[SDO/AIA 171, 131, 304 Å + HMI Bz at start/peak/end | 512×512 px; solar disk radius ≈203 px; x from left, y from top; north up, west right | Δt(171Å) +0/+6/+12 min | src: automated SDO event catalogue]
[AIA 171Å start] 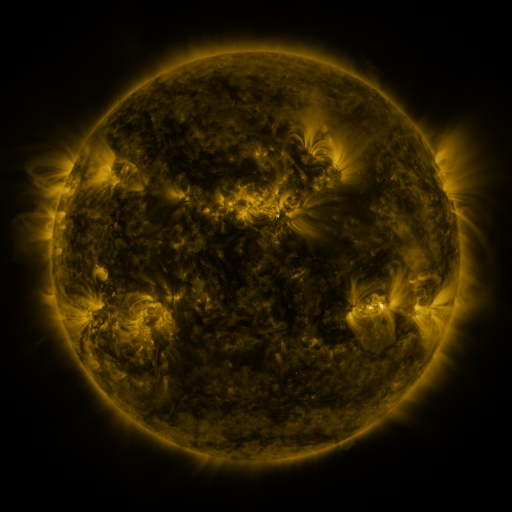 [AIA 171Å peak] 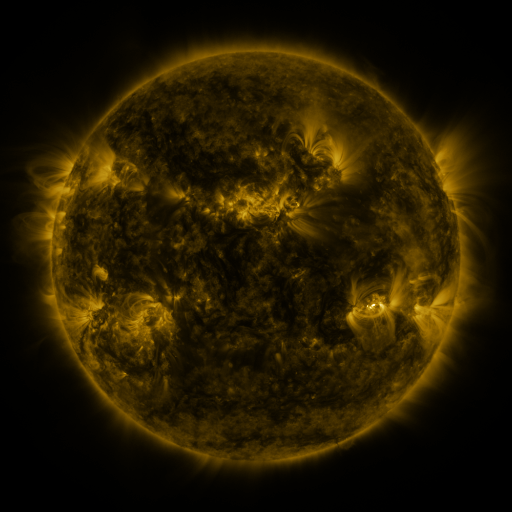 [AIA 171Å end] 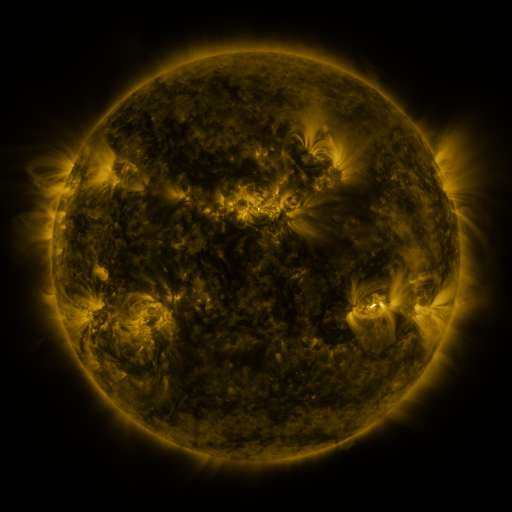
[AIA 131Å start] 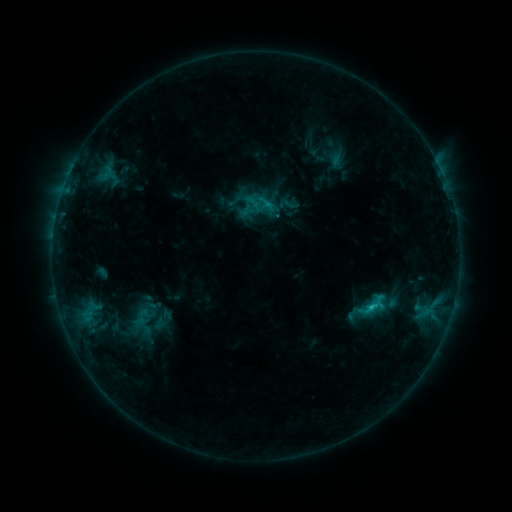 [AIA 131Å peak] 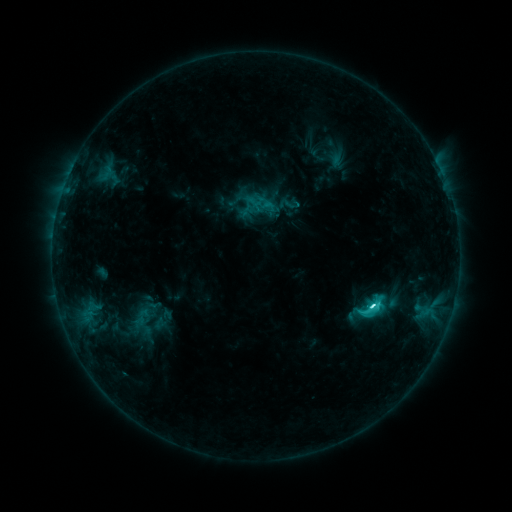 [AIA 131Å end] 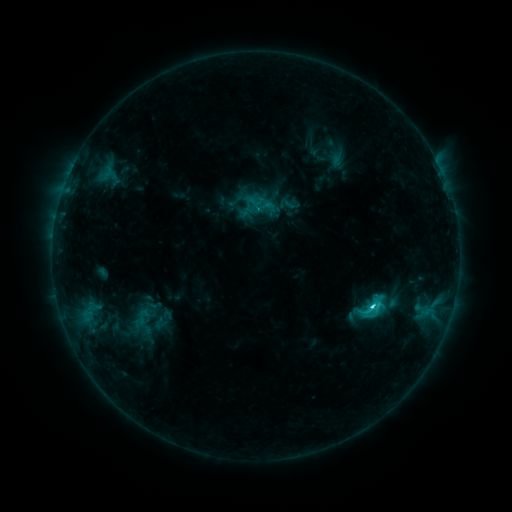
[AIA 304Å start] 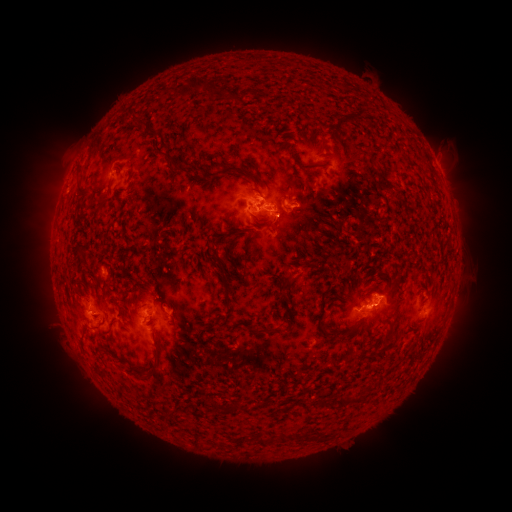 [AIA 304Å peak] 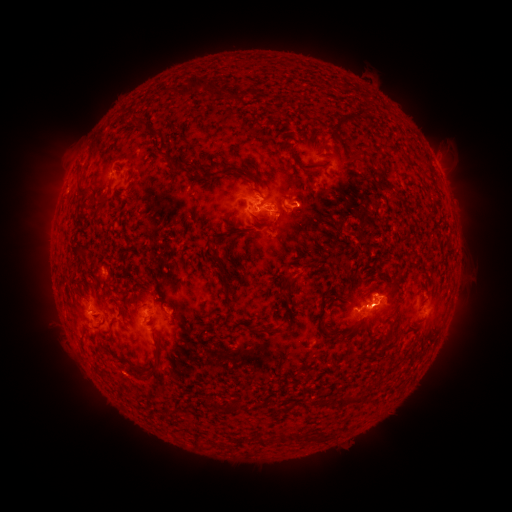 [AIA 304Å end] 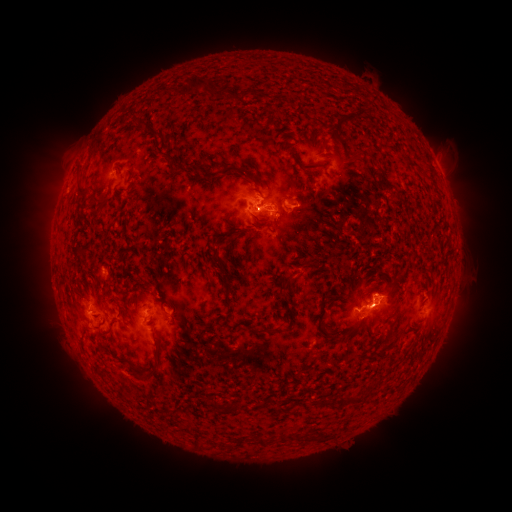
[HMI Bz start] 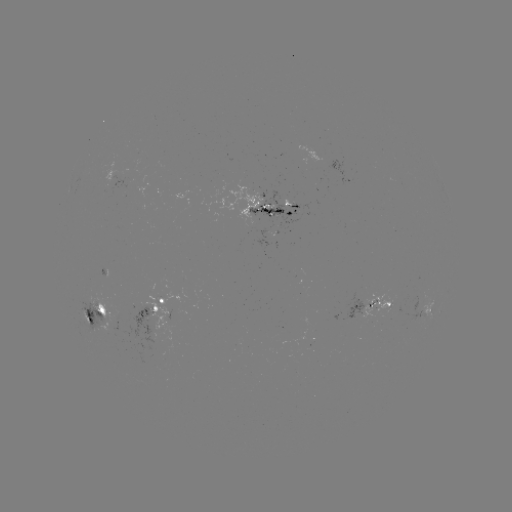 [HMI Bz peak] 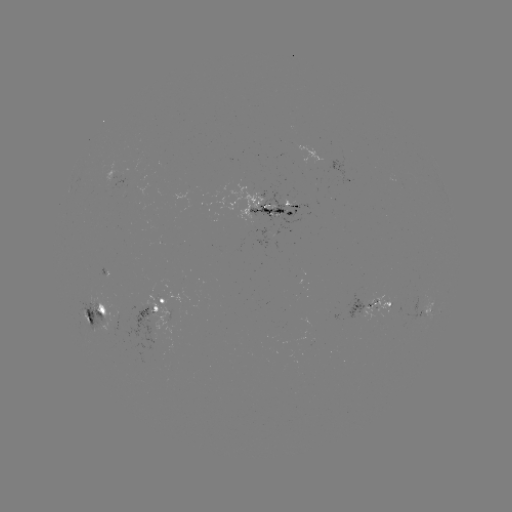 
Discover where C4.1 flare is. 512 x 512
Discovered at [370, 304].